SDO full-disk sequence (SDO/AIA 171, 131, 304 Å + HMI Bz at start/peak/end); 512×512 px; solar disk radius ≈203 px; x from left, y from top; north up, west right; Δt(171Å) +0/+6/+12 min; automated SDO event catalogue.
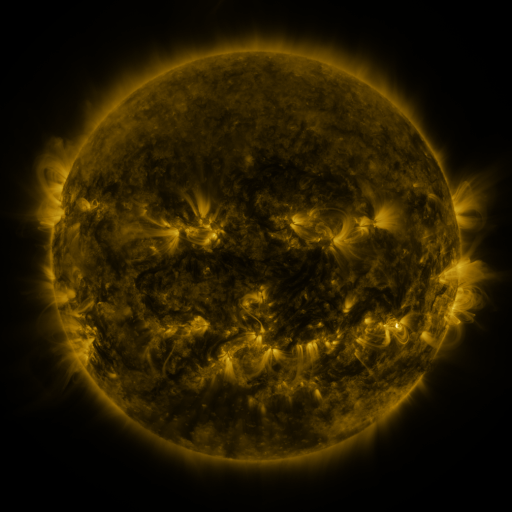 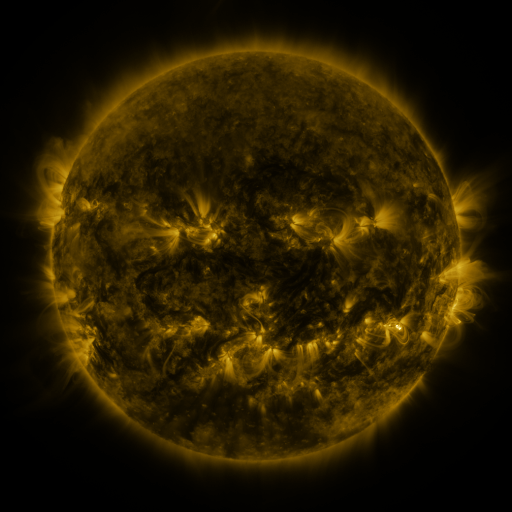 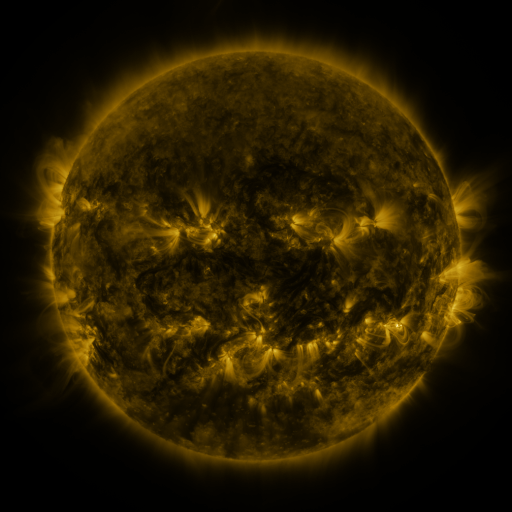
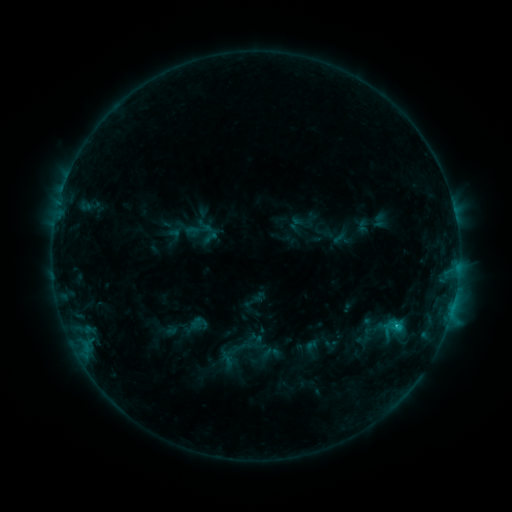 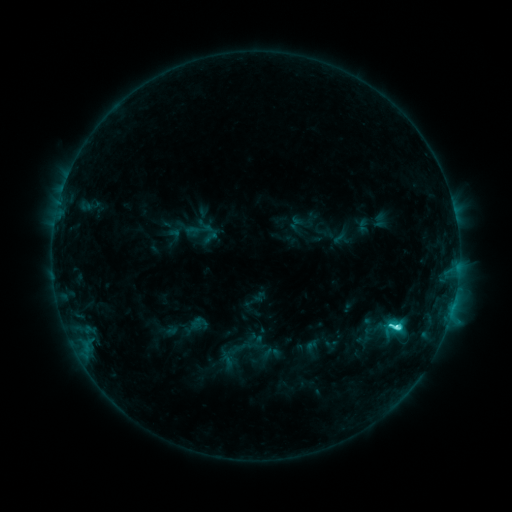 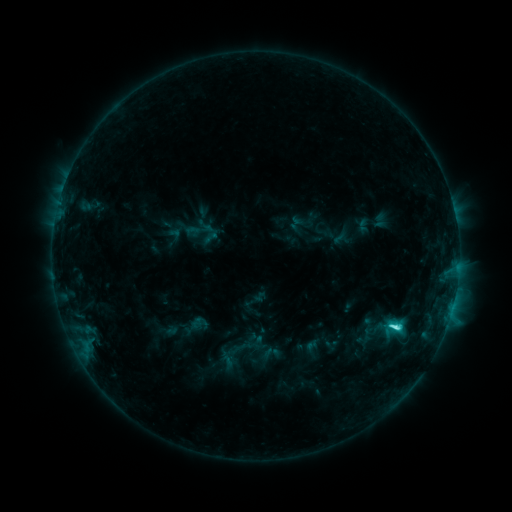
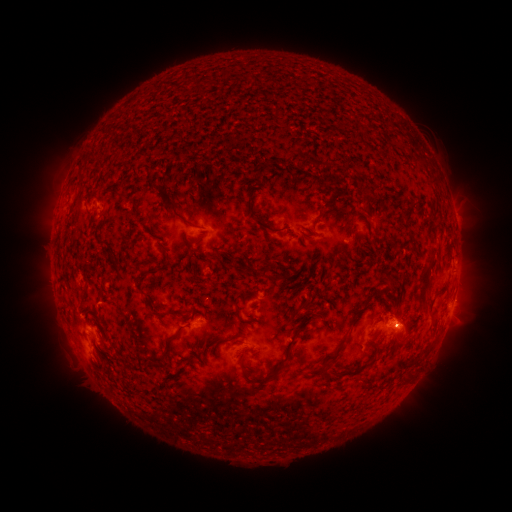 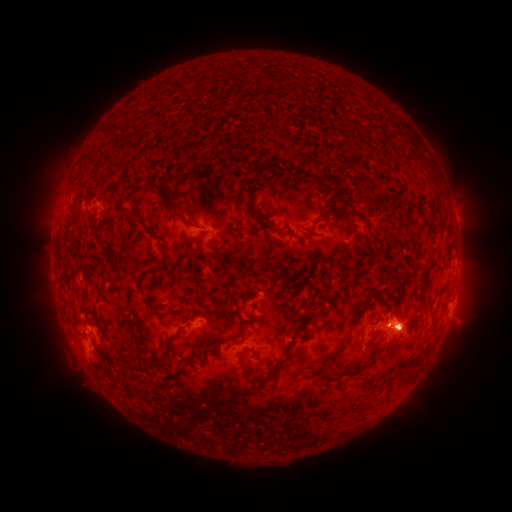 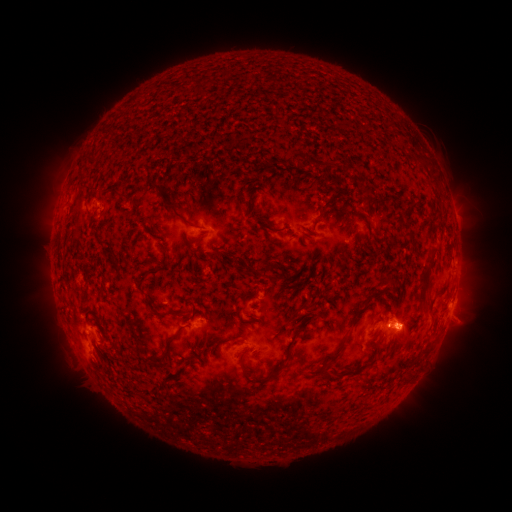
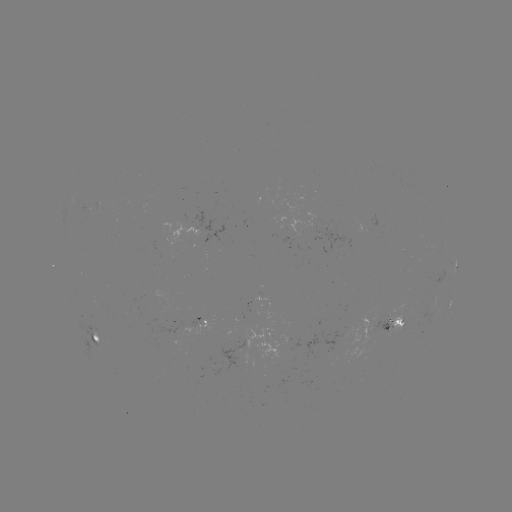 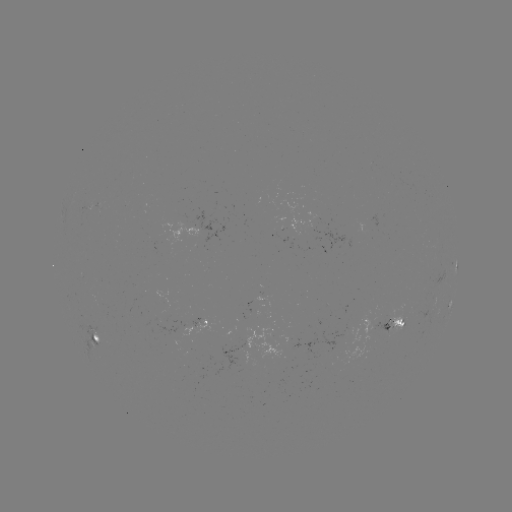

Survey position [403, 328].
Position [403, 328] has eruption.